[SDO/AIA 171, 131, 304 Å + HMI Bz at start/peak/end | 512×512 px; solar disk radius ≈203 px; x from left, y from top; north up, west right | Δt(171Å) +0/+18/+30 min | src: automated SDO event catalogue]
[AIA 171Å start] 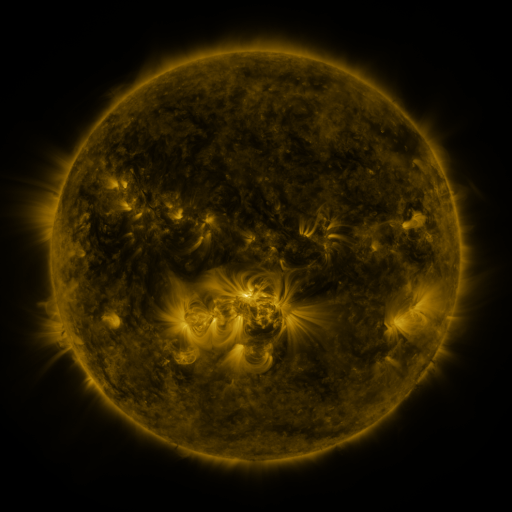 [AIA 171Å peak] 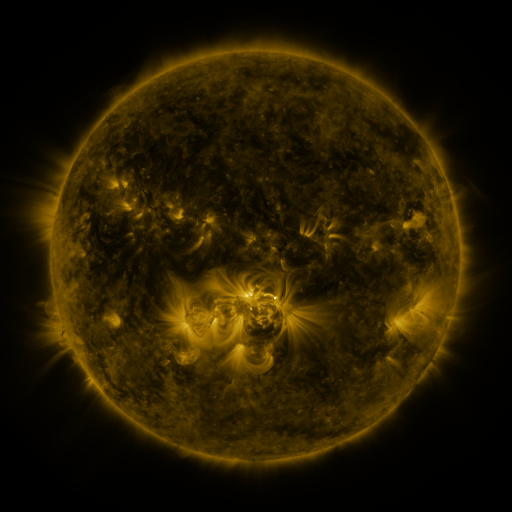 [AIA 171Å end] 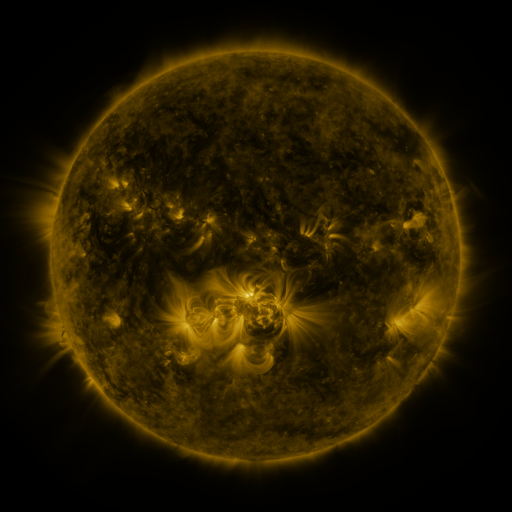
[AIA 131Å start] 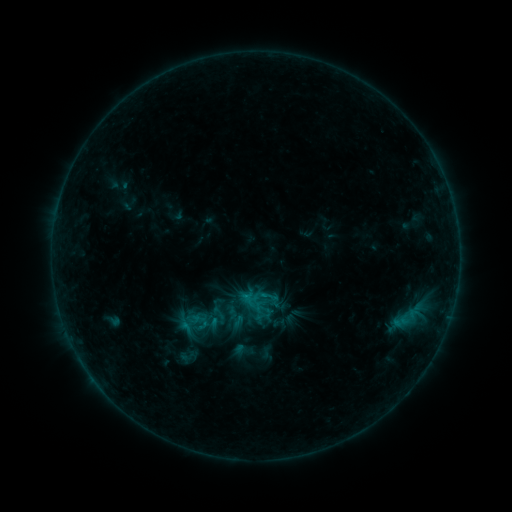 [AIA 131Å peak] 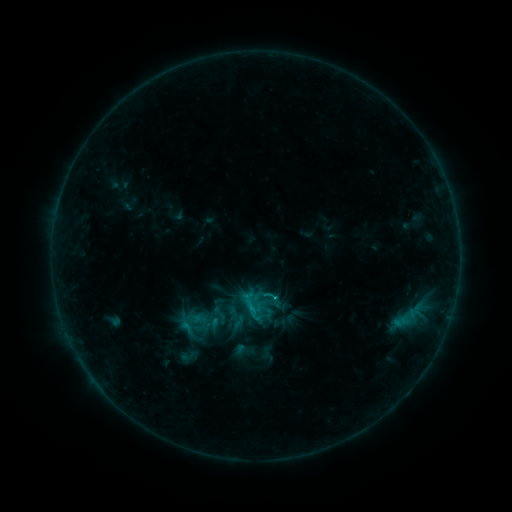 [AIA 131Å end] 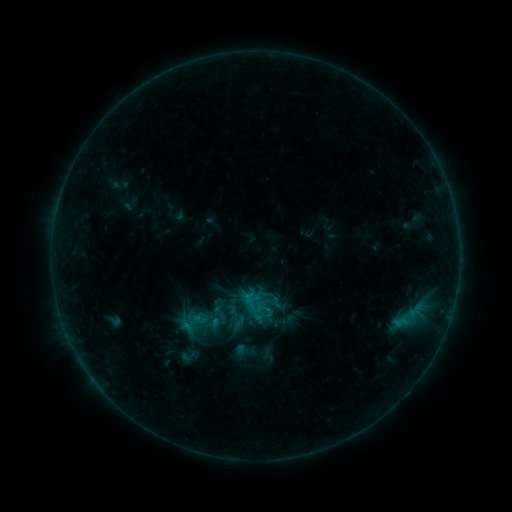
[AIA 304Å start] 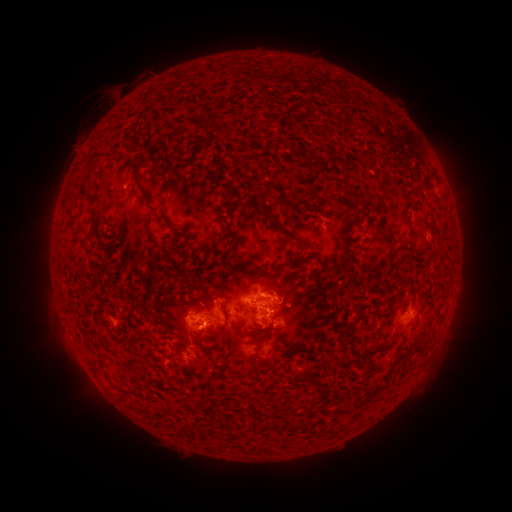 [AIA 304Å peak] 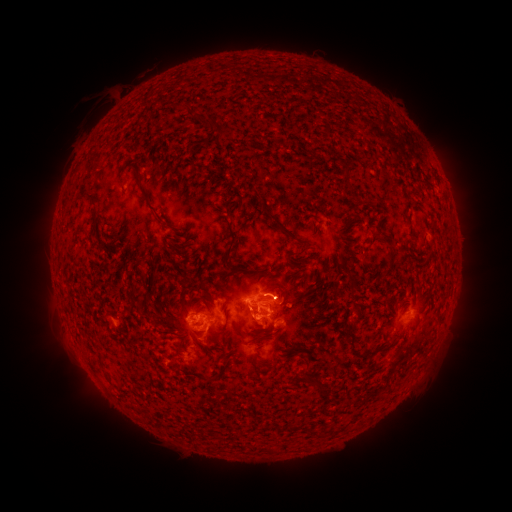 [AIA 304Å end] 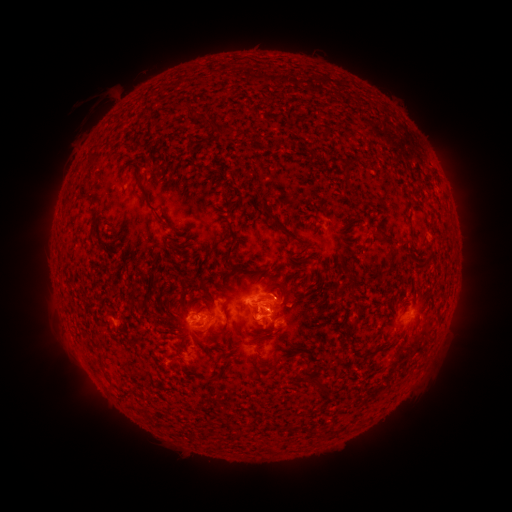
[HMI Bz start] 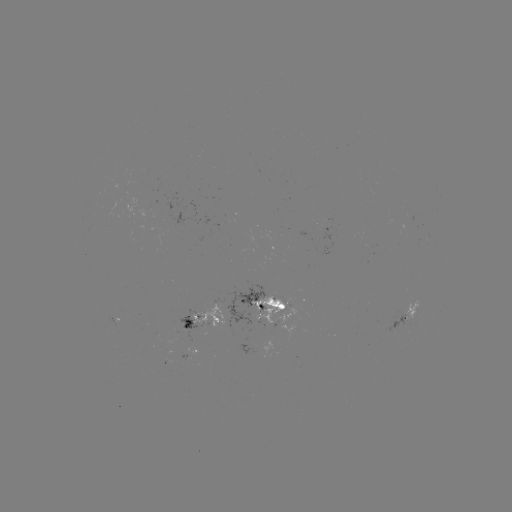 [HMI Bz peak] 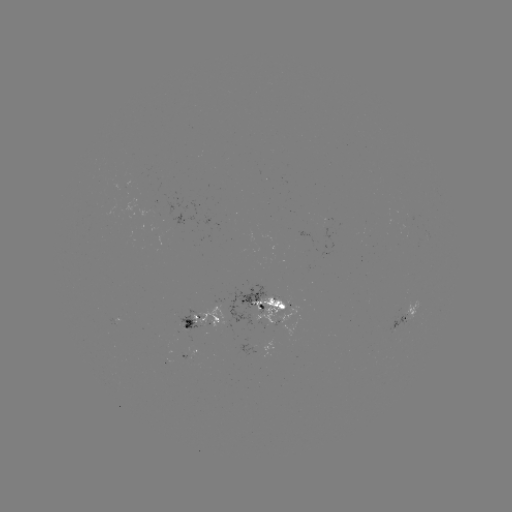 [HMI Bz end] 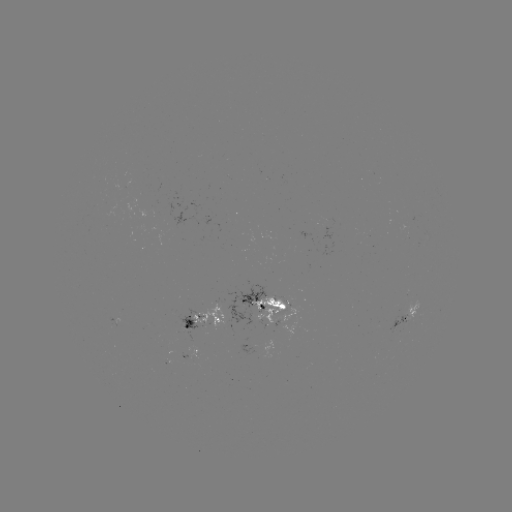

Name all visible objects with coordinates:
B9.7 flare: (256, 307)
